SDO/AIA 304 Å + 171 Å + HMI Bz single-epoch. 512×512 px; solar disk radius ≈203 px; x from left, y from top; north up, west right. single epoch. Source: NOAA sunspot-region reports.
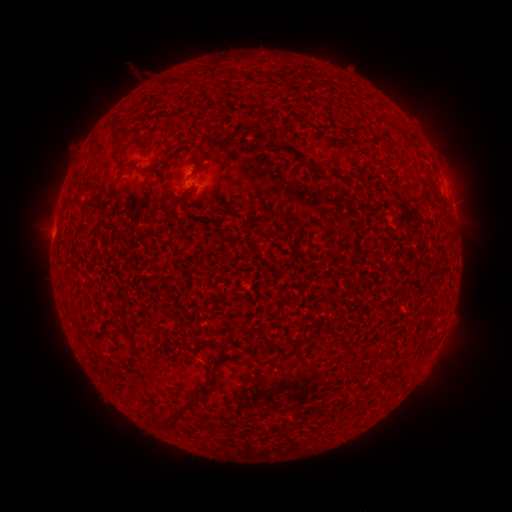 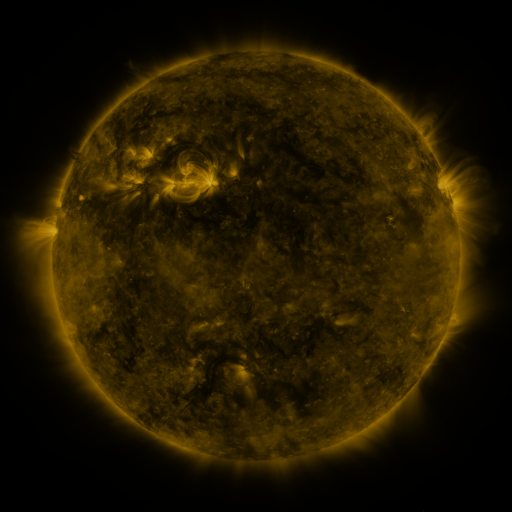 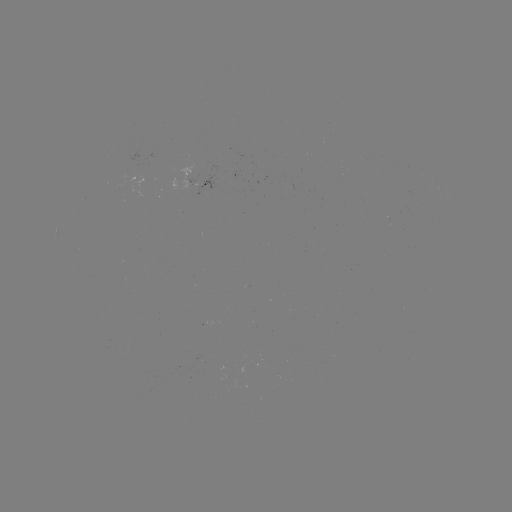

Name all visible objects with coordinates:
spotted active region: (199, 185)
spotted active region: (450, 200)
